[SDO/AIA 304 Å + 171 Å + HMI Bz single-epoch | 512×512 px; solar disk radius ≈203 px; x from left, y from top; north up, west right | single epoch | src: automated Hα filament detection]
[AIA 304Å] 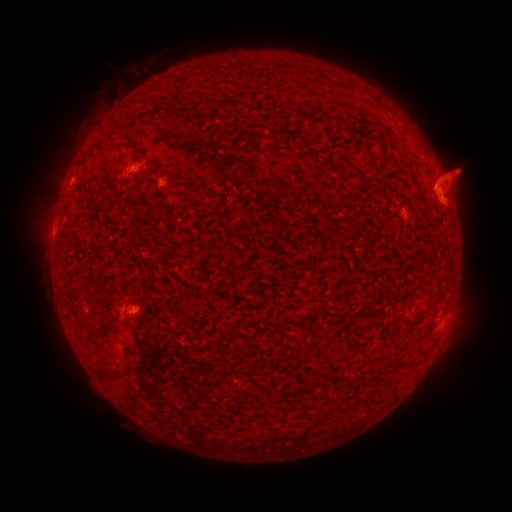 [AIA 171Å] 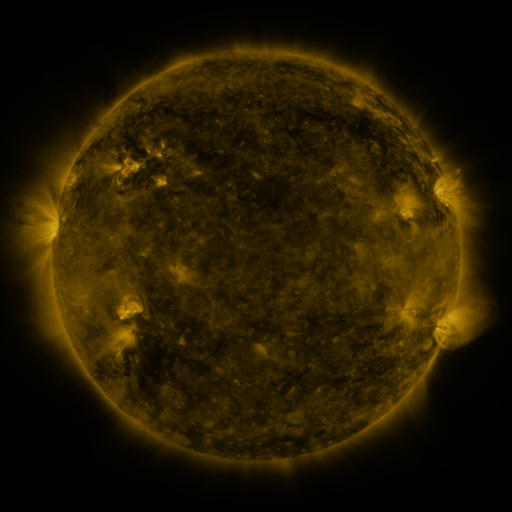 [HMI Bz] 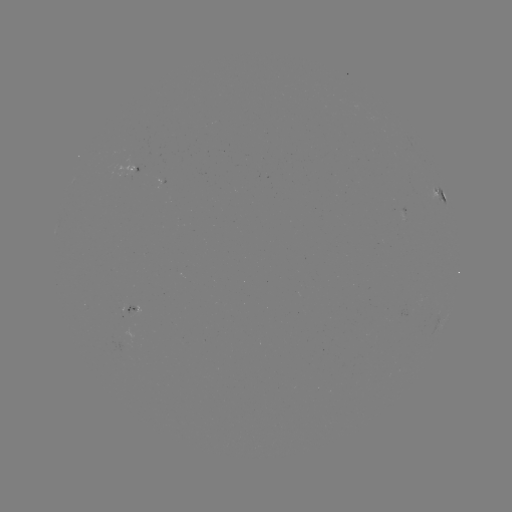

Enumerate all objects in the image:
filament: (183, 111)
filament: (119, 126)
filament: (384, 158)
filament: (399, 363)
filament: (110, 374)
filament: (348, 385)
